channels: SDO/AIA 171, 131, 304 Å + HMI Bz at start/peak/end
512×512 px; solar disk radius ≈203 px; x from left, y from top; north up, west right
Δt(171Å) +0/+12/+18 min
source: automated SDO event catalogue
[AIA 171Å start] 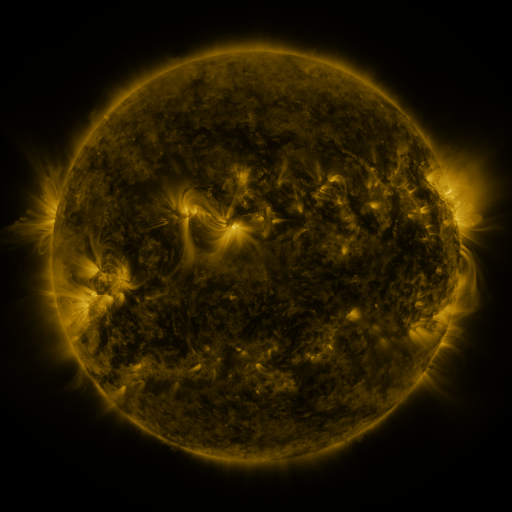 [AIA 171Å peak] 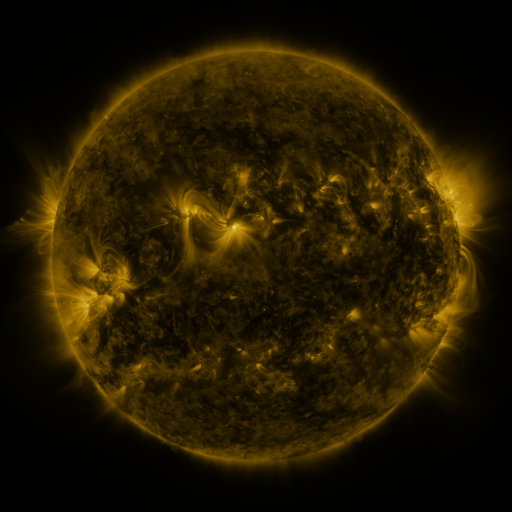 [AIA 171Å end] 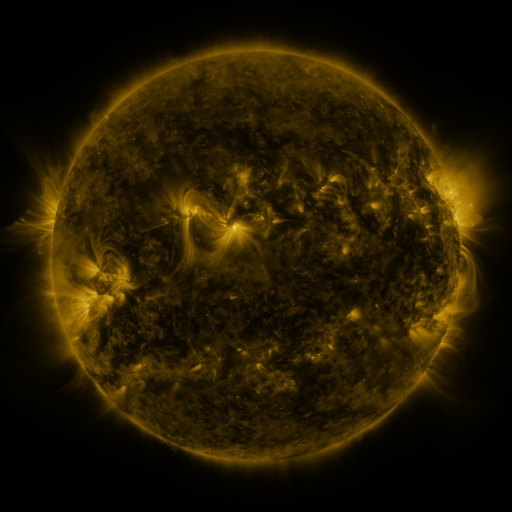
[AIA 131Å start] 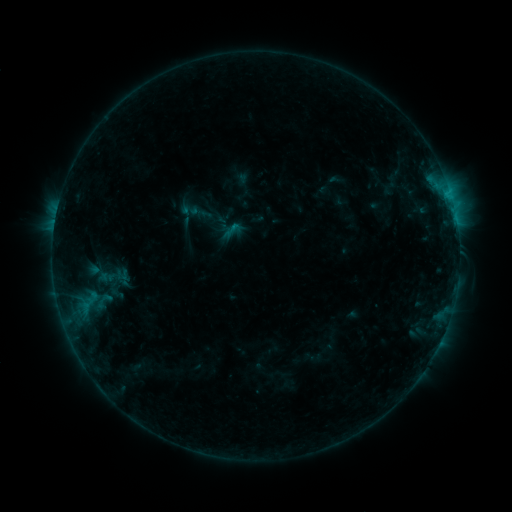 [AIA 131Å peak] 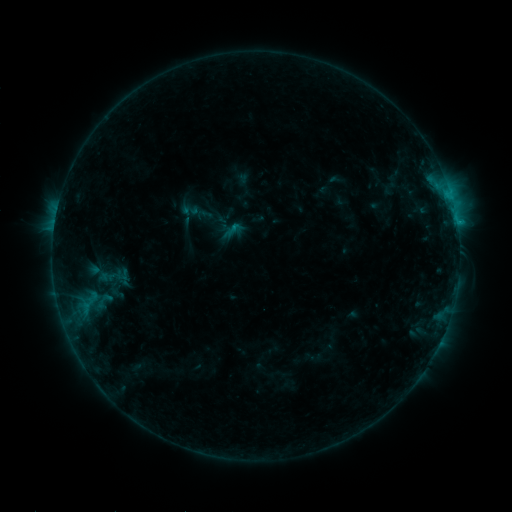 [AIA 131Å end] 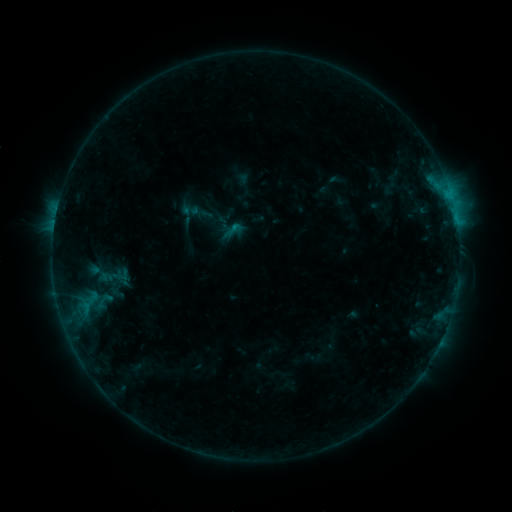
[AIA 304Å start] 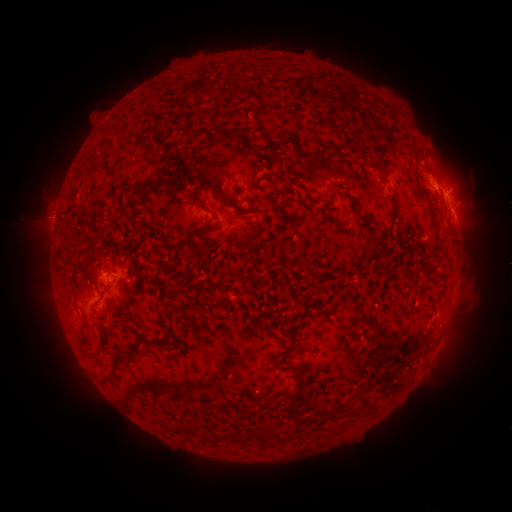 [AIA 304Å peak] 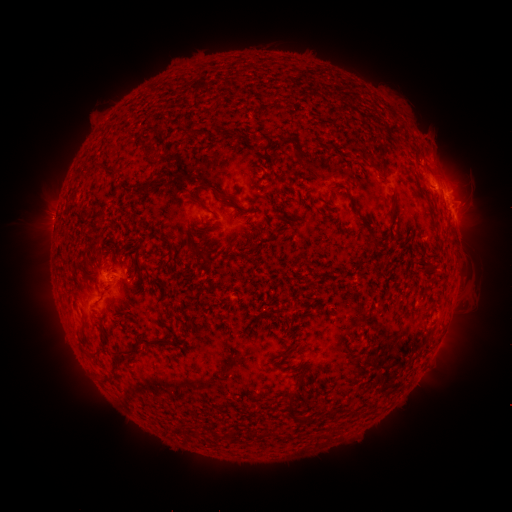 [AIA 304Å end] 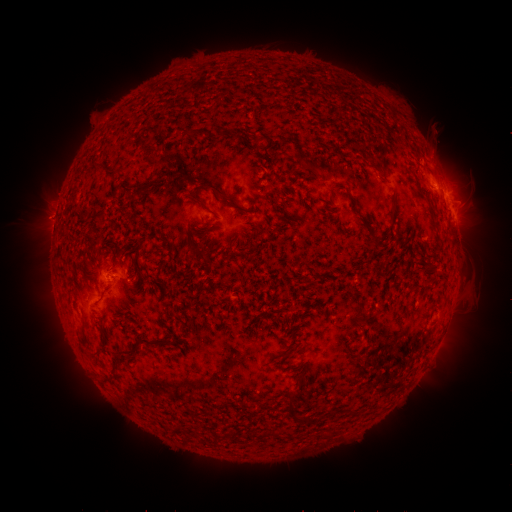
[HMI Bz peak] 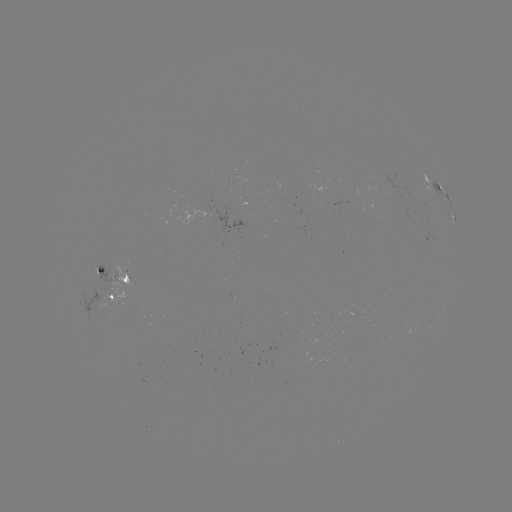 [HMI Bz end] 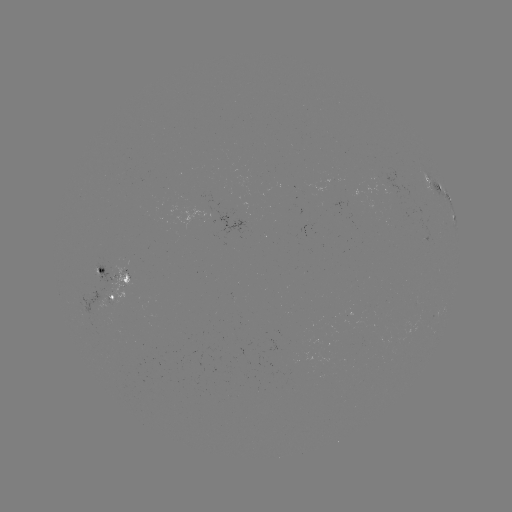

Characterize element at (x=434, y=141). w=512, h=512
eruption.